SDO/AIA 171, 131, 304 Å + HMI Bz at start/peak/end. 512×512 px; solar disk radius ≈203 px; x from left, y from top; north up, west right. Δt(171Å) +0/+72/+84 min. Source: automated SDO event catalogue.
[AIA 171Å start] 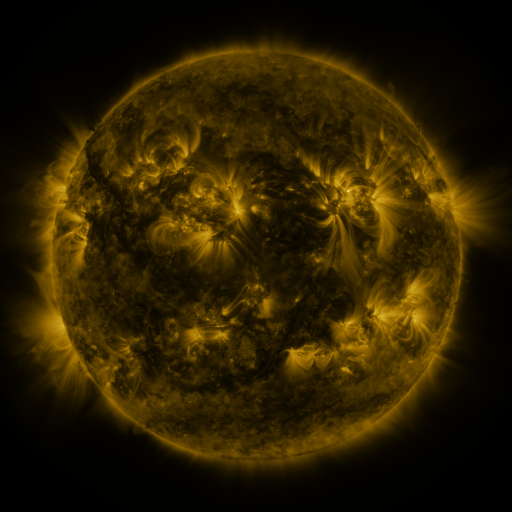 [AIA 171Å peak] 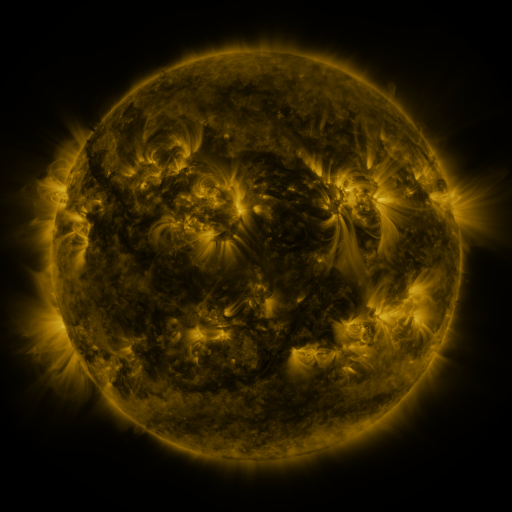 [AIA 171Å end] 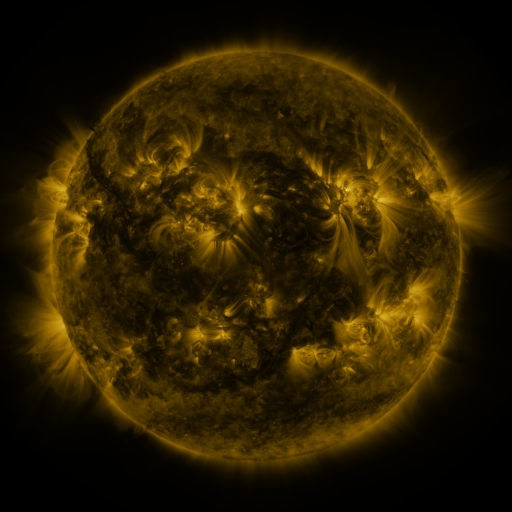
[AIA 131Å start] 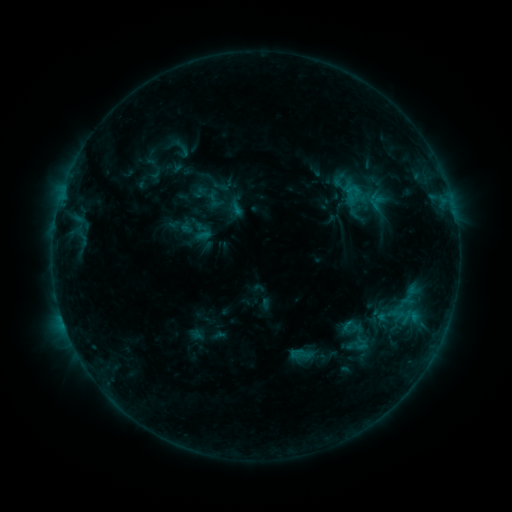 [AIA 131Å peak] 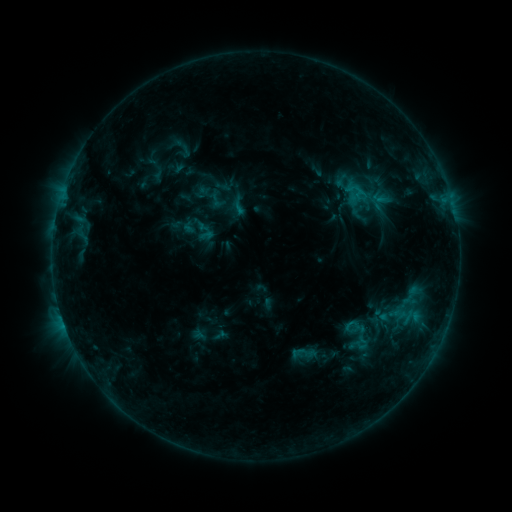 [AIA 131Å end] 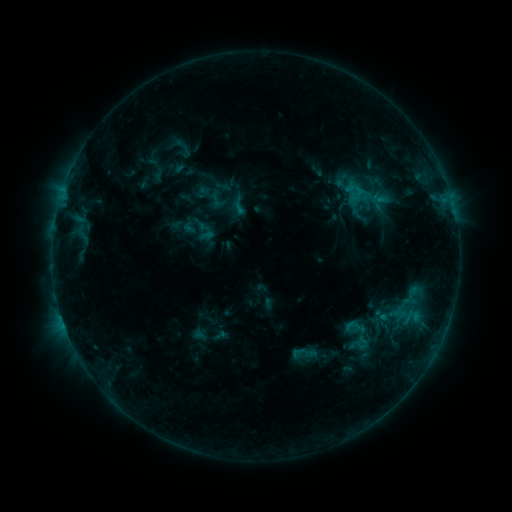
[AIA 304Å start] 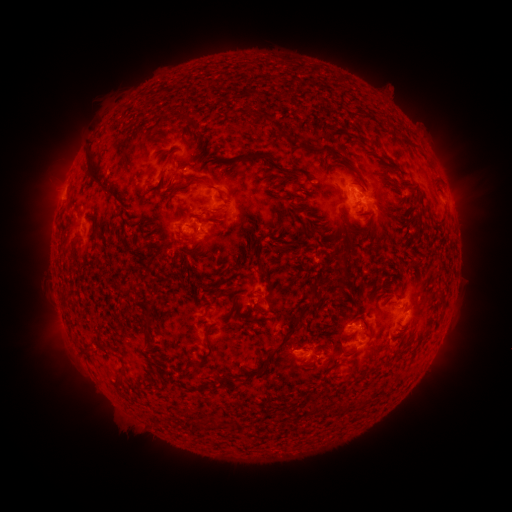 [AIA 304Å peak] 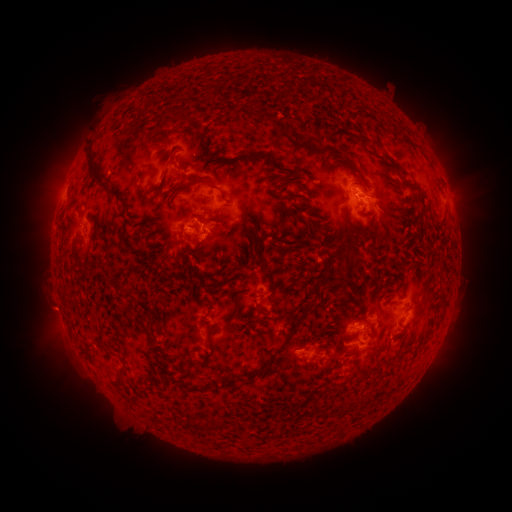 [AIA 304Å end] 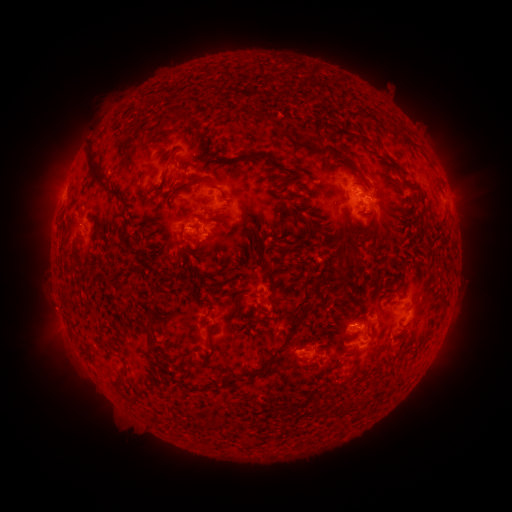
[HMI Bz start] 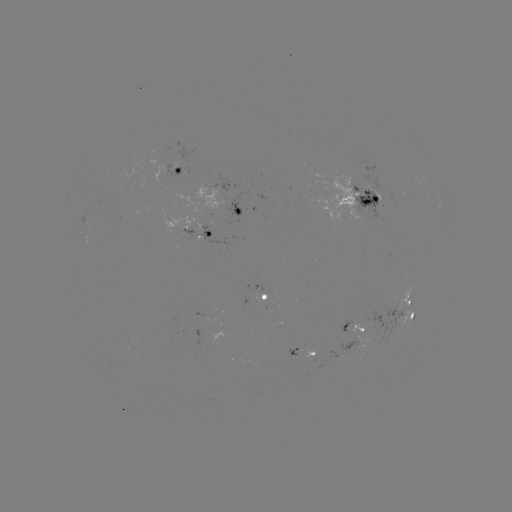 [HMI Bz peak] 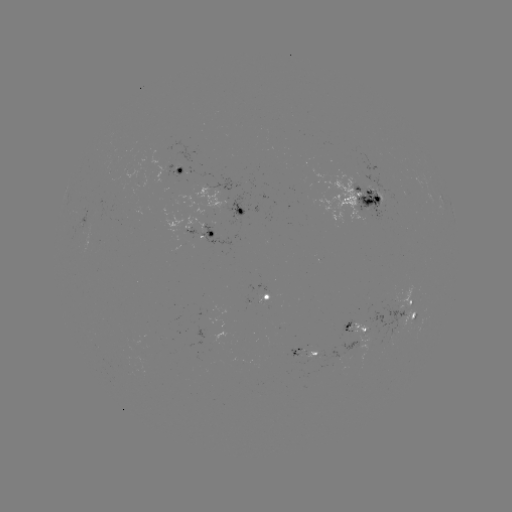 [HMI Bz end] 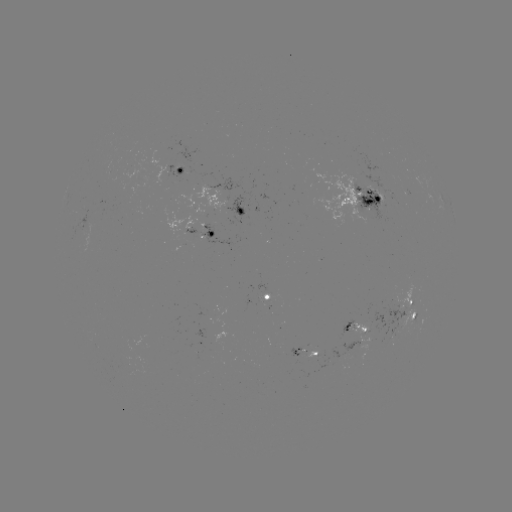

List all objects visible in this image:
emerging-flux region: (136, 174)
